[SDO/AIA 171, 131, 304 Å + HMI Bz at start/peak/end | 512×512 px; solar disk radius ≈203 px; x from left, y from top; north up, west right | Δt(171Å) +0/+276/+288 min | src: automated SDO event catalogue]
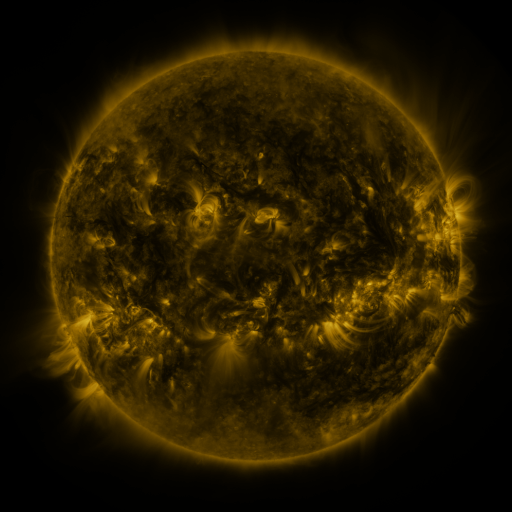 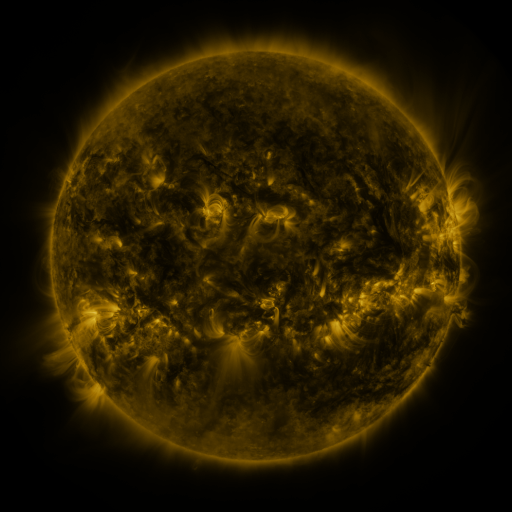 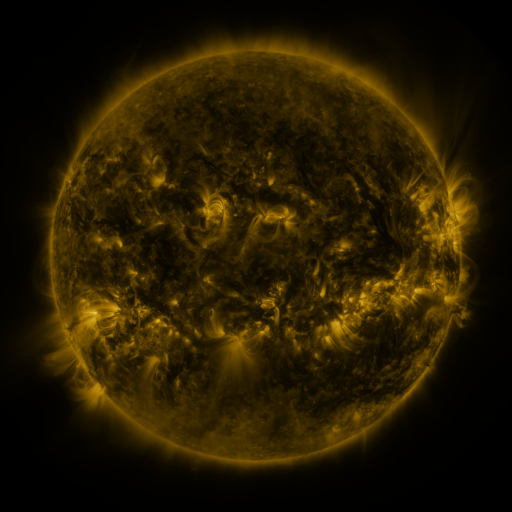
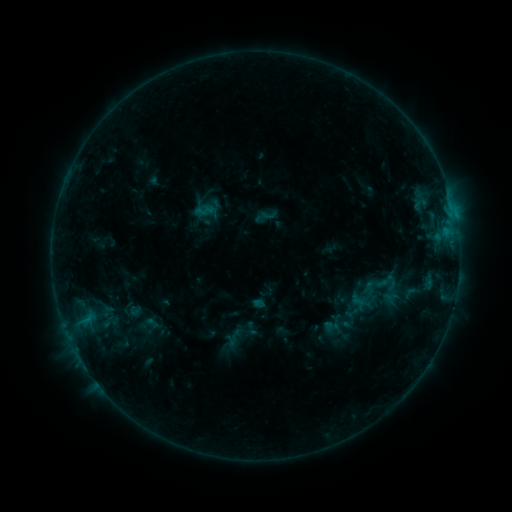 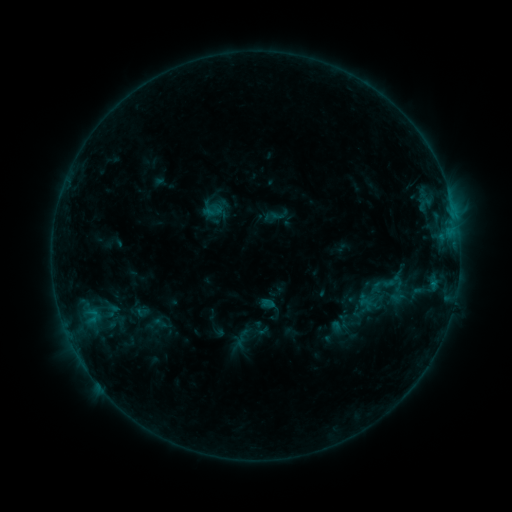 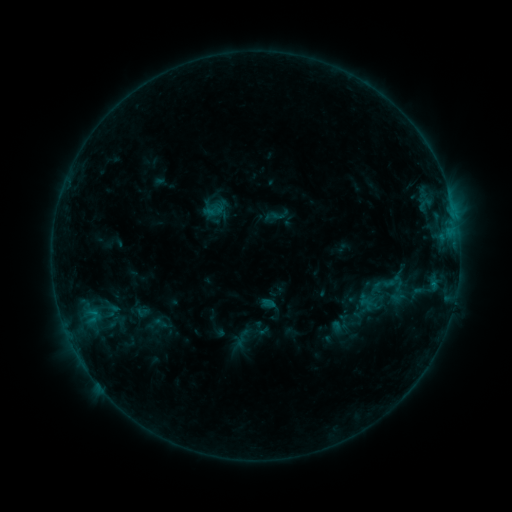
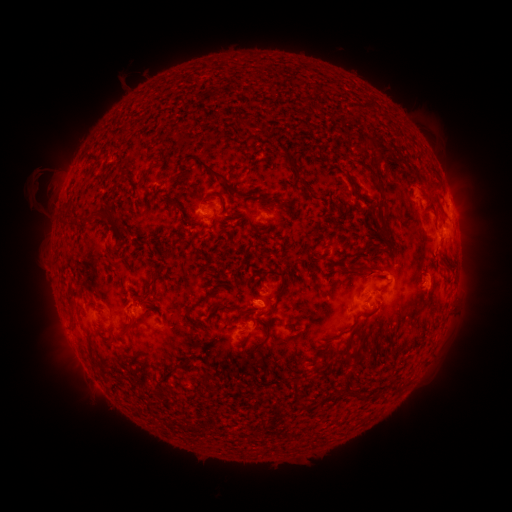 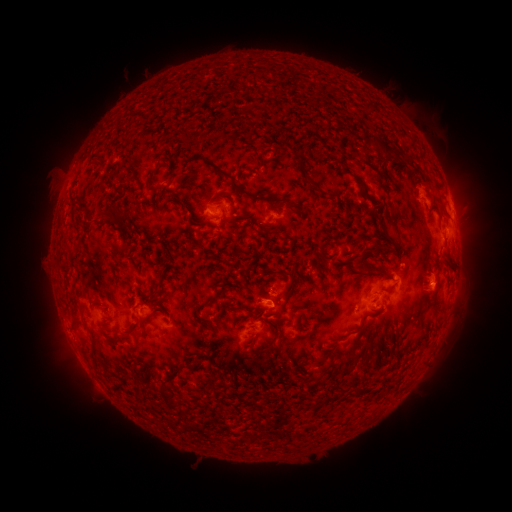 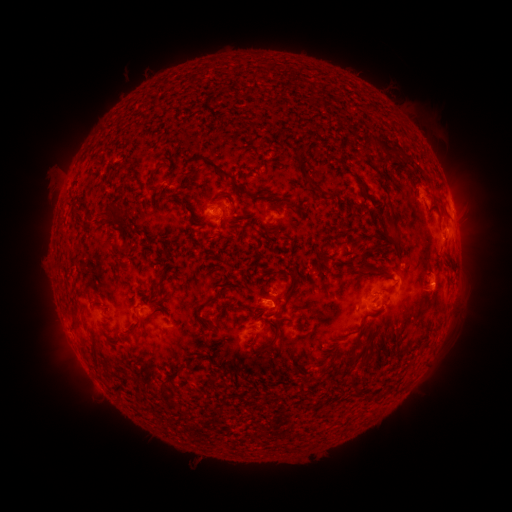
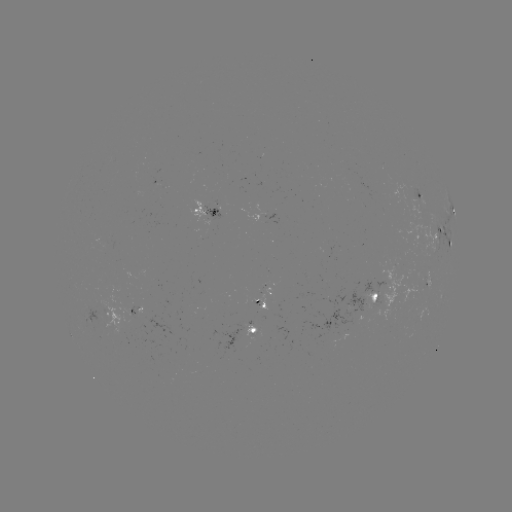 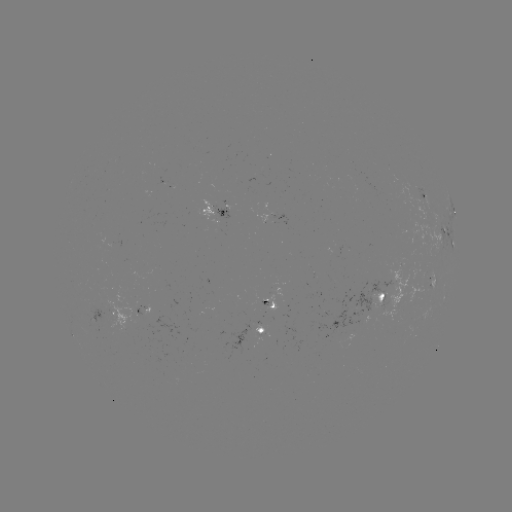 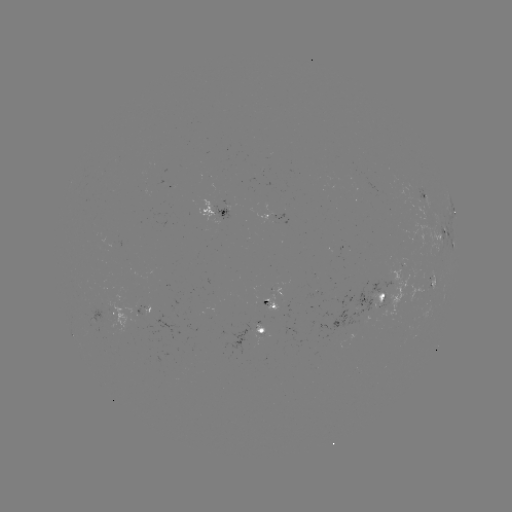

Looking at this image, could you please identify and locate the emerging-flux region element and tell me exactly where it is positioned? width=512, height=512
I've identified emerging-flux region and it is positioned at [260, 302].